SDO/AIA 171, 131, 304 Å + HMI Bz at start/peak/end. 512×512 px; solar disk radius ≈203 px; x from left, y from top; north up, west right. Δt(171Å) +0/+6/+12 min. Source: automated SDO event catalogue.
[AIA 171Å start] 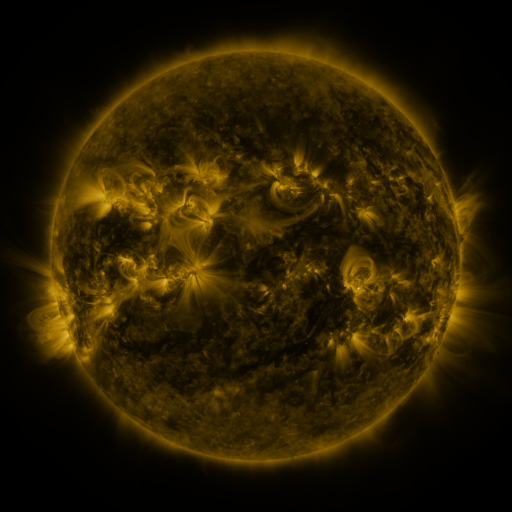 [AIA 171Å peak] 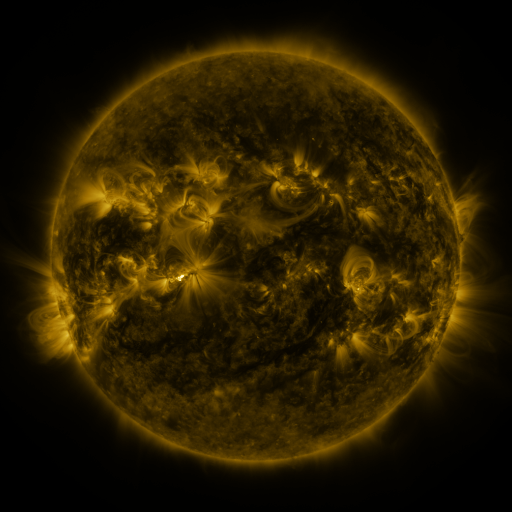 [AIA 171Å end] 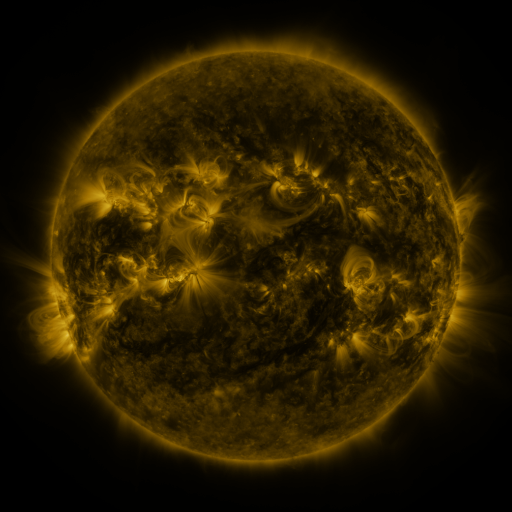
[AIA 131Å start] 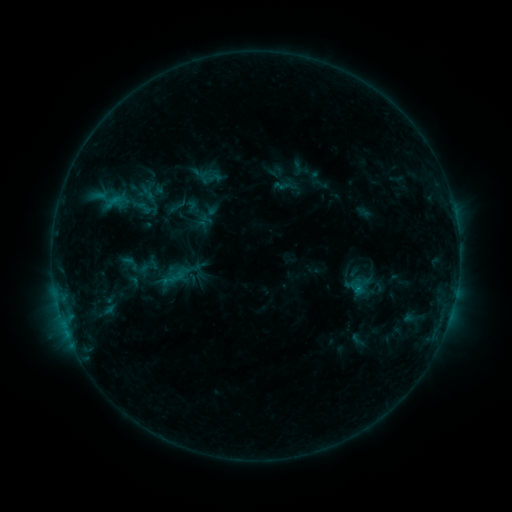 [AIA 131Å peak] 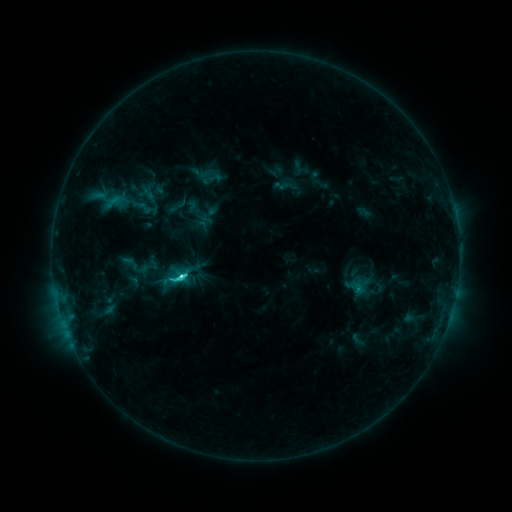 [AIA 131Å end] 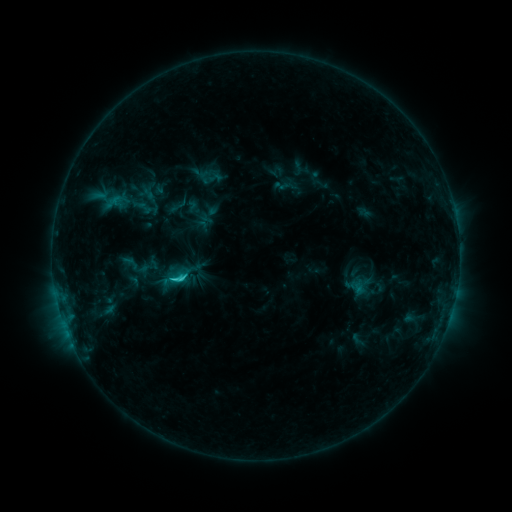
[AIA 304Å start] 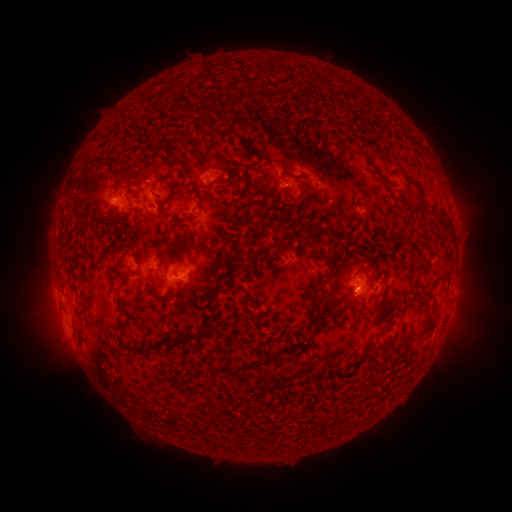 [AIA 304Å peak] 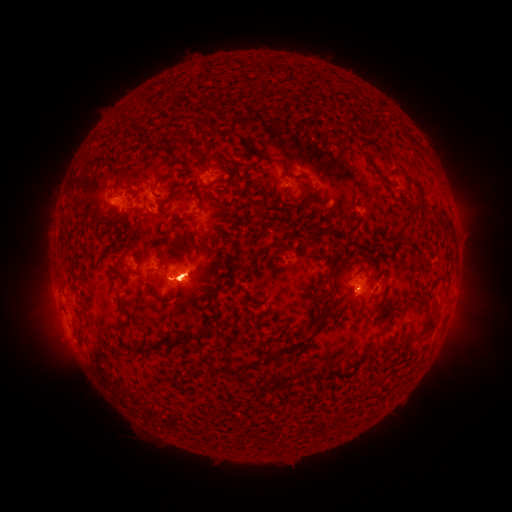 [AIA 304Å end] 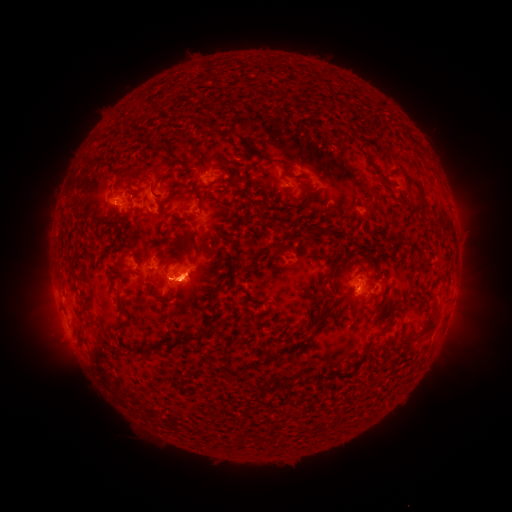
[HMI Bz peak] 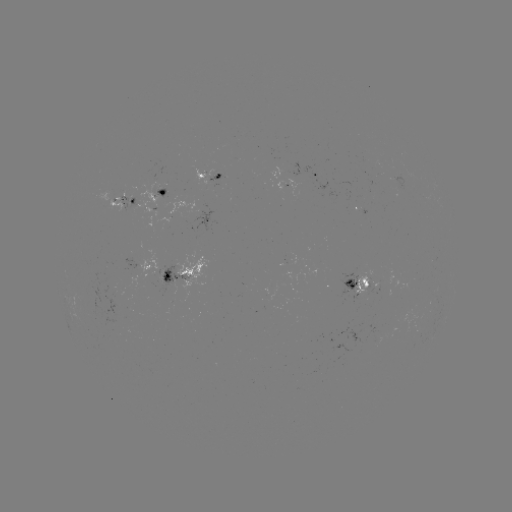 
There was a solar flare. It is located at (184, 273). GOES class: C3.6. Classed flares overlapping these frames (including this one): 1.